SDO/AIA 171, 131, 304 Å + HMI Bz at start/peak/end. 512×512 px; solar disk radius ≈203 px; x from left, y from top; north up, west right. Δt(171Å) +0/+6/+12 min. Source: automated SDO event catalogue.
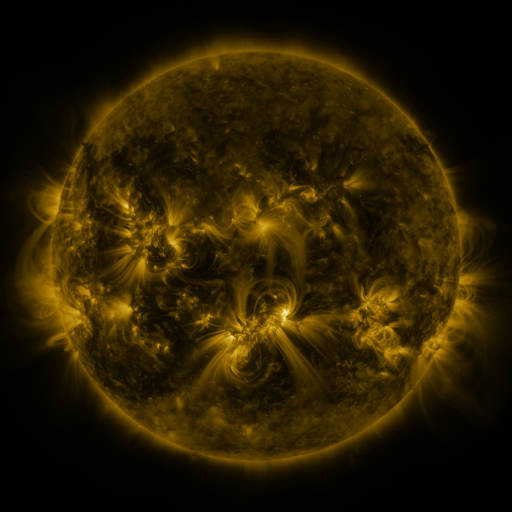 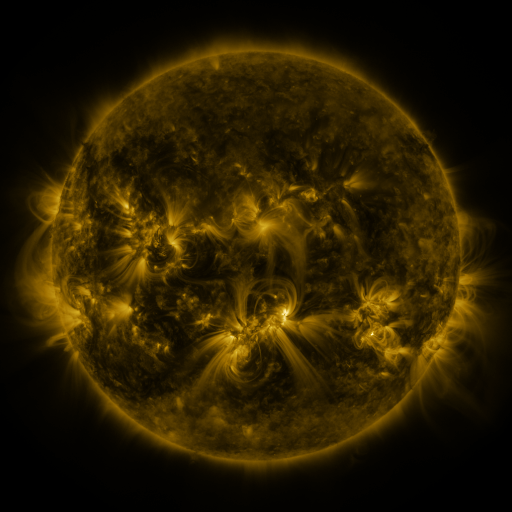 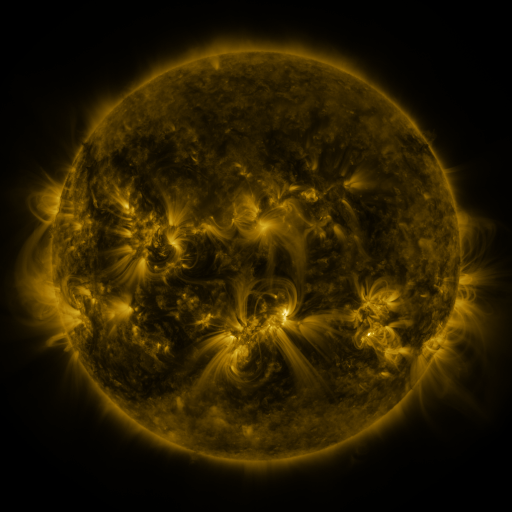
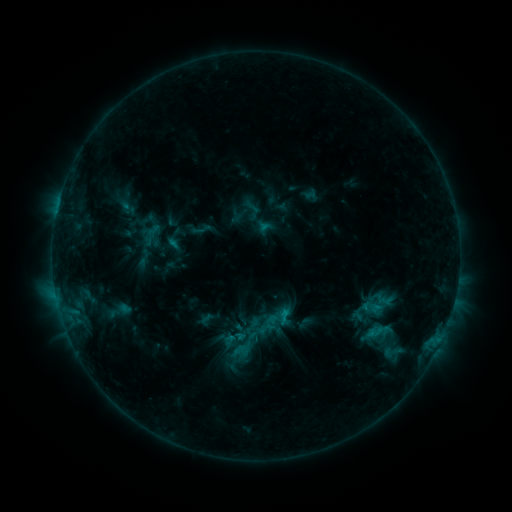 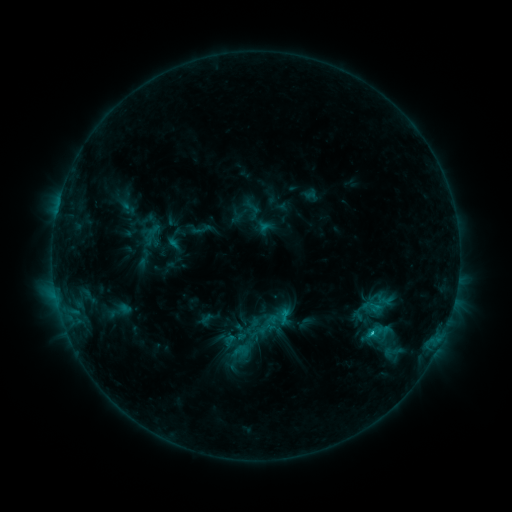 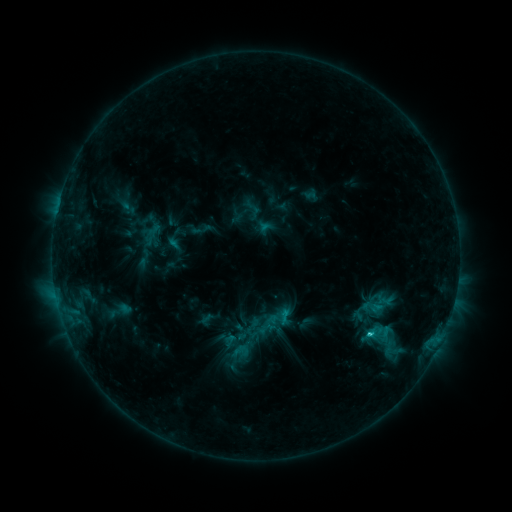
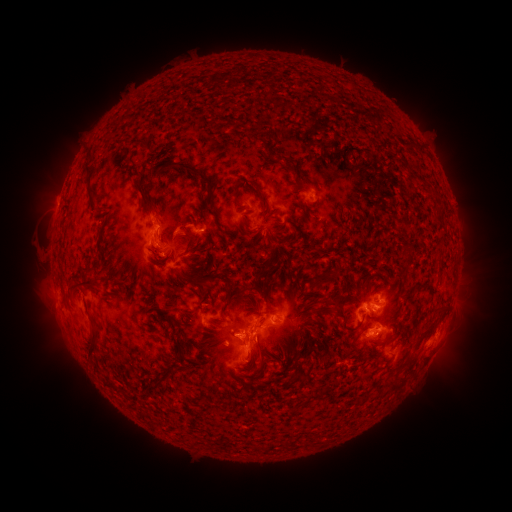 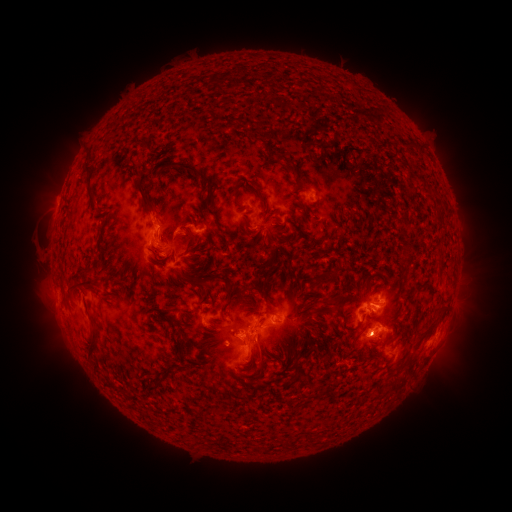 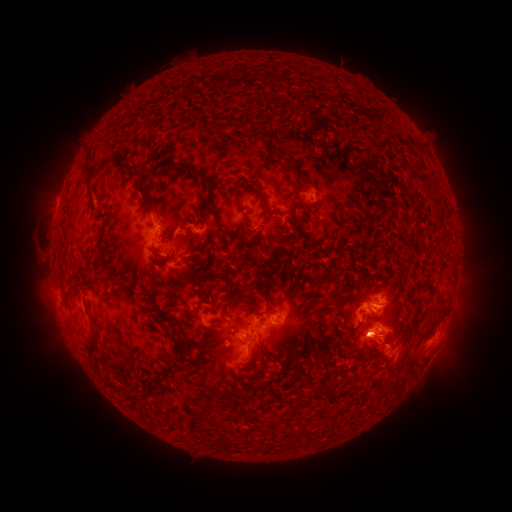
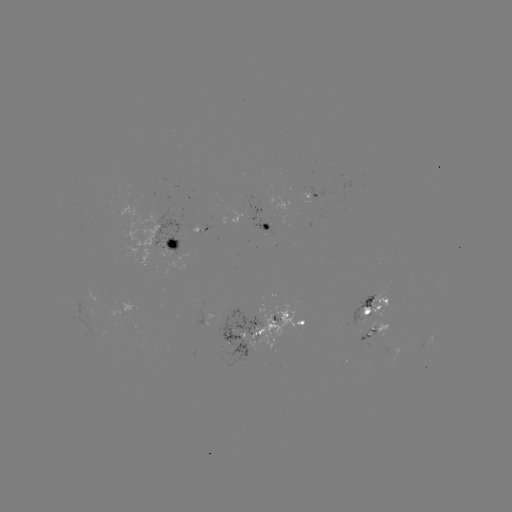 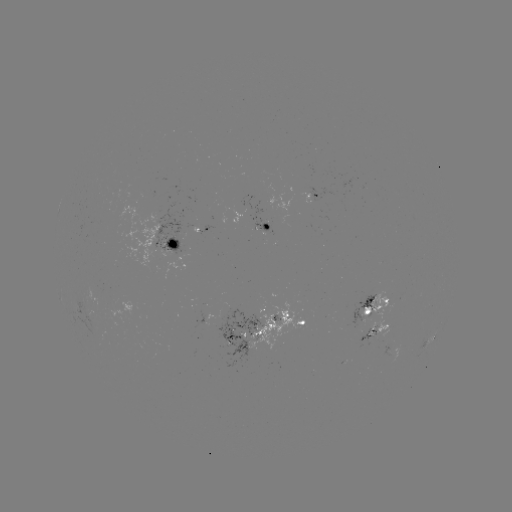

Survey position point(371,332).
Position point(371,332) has C2.1 flare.